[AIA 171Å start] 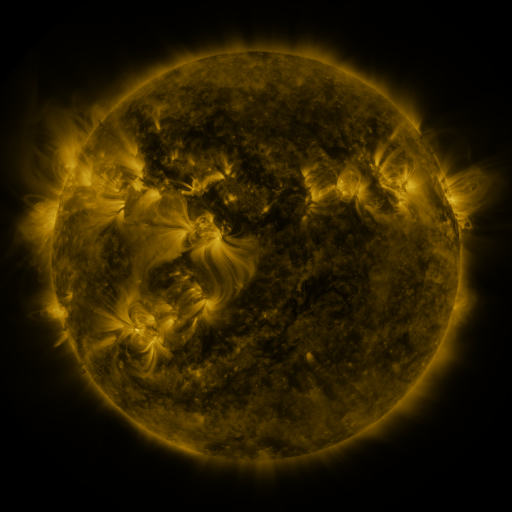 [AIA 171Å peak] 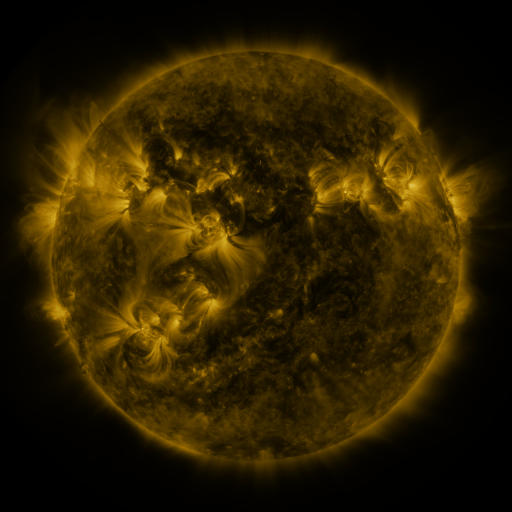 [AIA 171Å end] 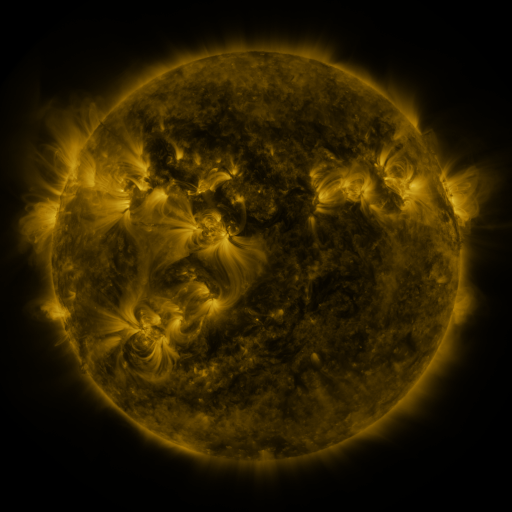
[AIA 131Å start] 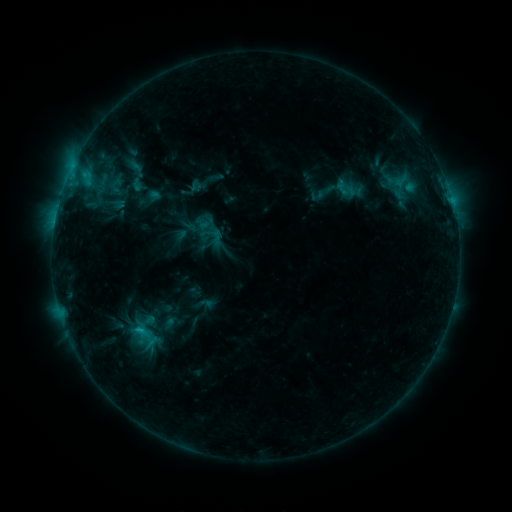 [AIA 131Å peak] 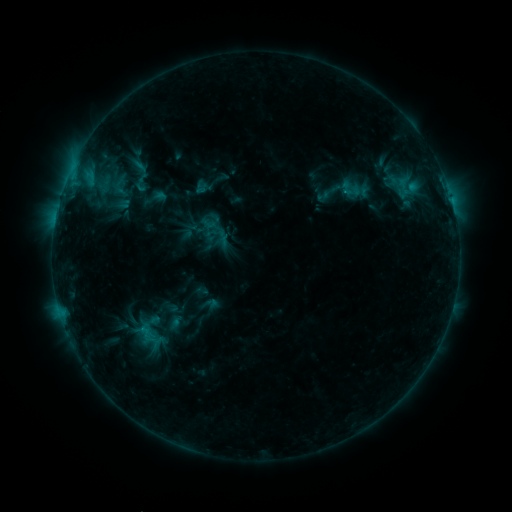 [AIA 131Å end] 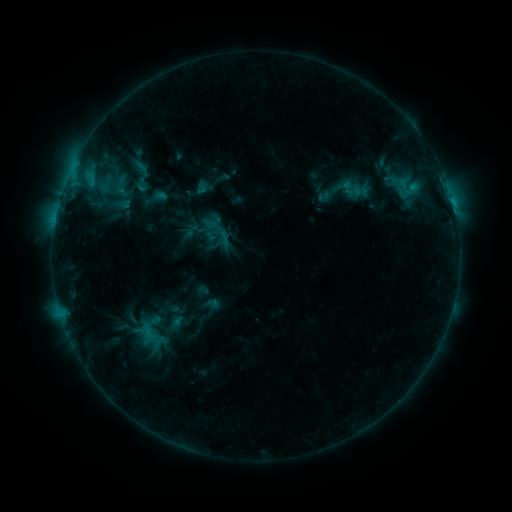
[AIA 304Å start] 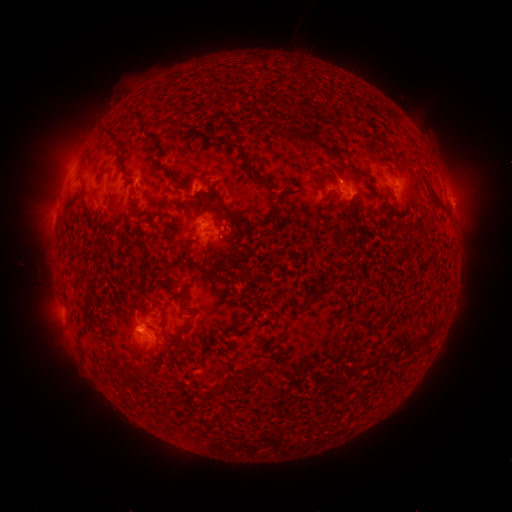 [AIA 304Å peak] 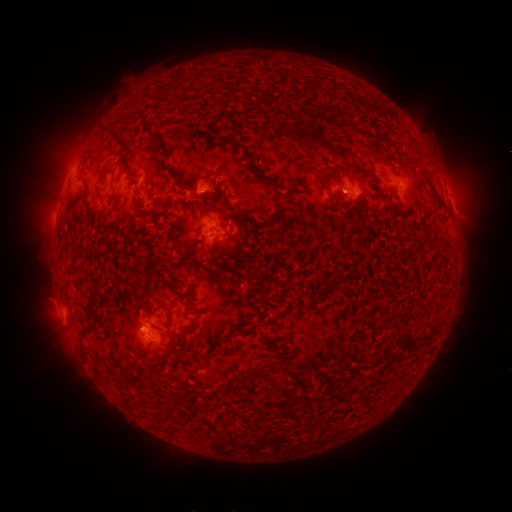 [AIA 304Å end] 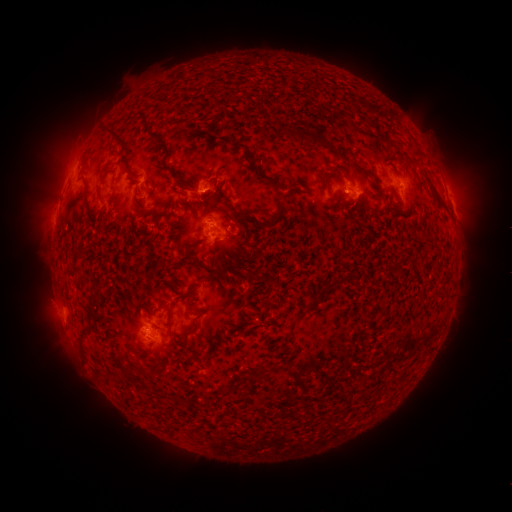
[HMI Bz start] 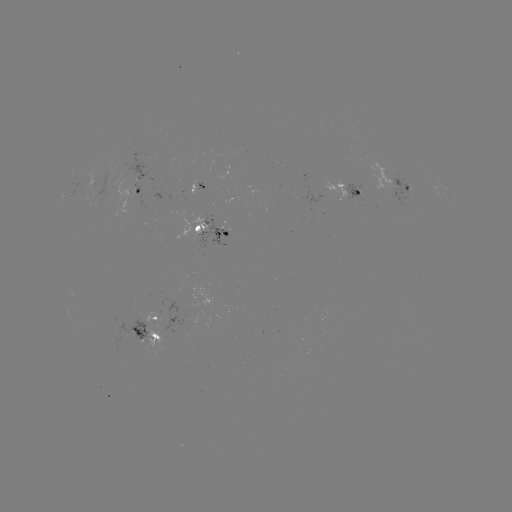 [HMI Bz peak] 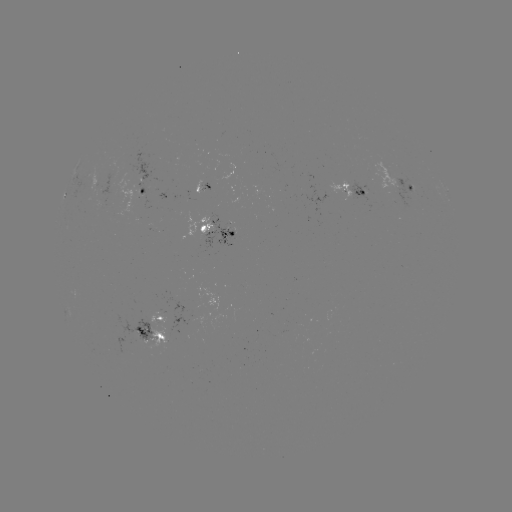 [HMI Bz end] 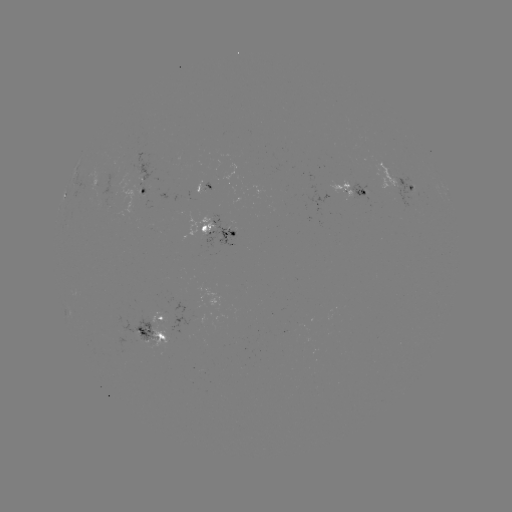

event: emerging-flux region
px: (212, 183)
